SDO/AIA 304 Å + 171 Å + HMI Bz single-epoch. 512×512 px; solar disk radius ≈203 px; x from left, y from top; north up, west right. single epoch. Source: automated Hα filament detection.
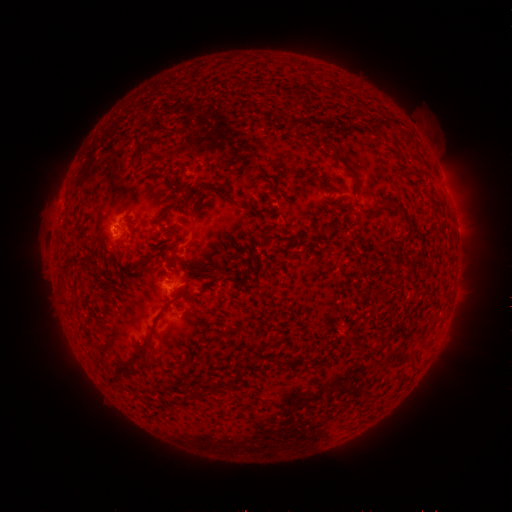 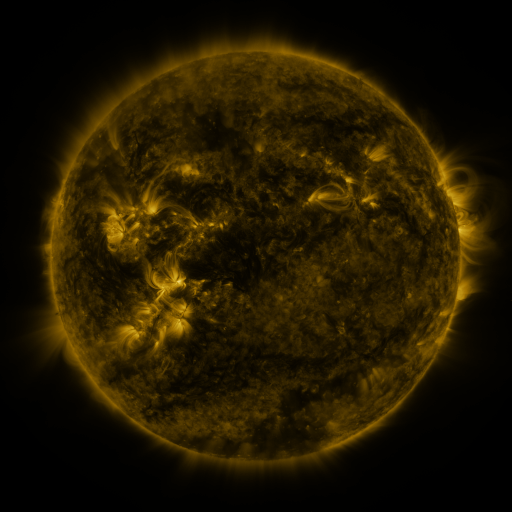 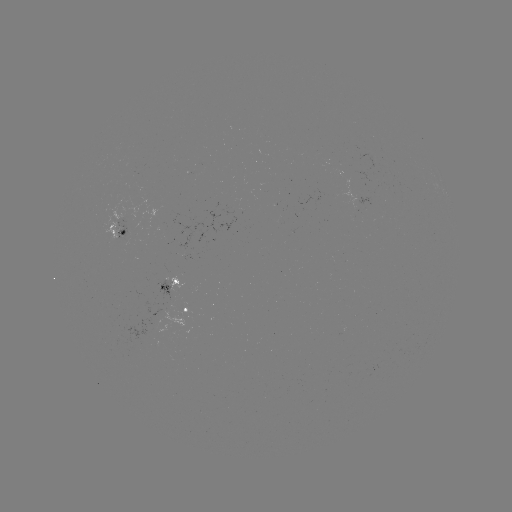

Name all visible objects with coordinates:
filament: (217, 137)
filament: (138, 145)
filament: (176, 168)
filament: (133, 196)
filament: (166, 199)
filament: (128, 208)
filament: (157, 219)
filament: (246, 220)
filament: (279, 225)
filament: (310, 232)
filament: (230, 239)
filament: (185, 258)
filament: (219, 262)
filament: (254, 266)
filament: (156, 267)
filament: (362, 271)
filament: (411, 271)
filament: (310, 272)
filament: (284, 275)
filament: (171, 276)
filament: (368, 278)
filament: (316, 281)
filament: (373, 289)
filament: (348, 293)
filament: (288, 294)
filament: (253, 295)
filament: (151, 300)
filament: (153, 307)
filament: (318, 311)
filament: (341, 325)
filament: (318, 333)
filament: (181, 347)
filament: (131, 363)
